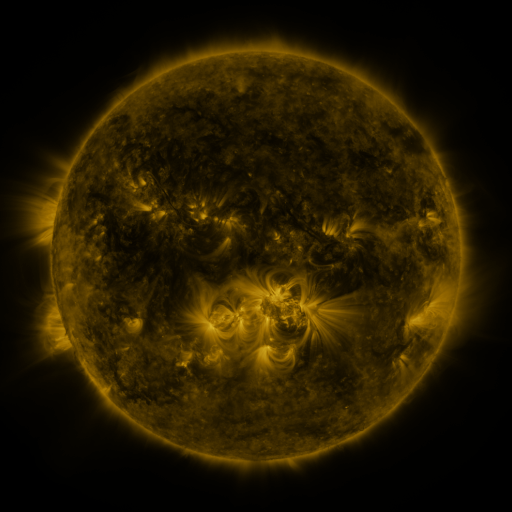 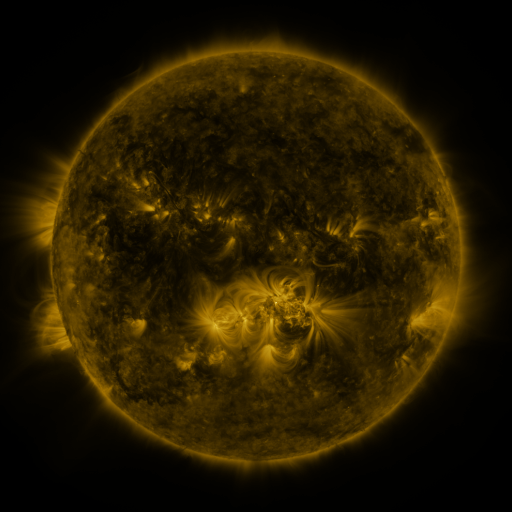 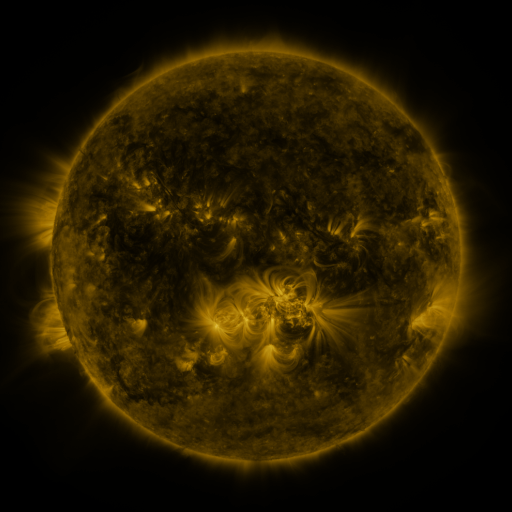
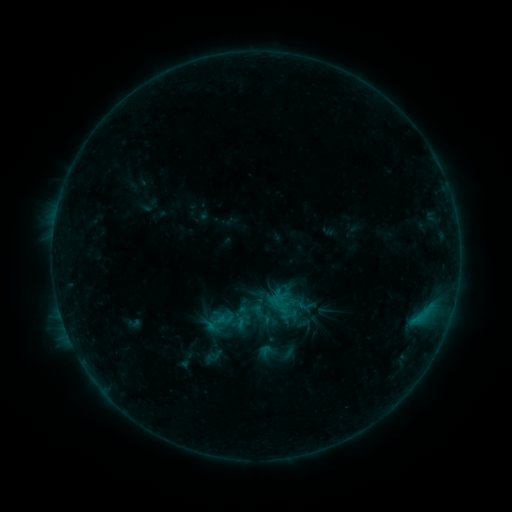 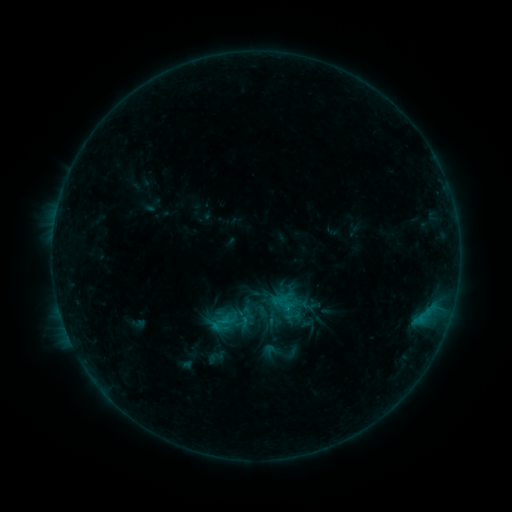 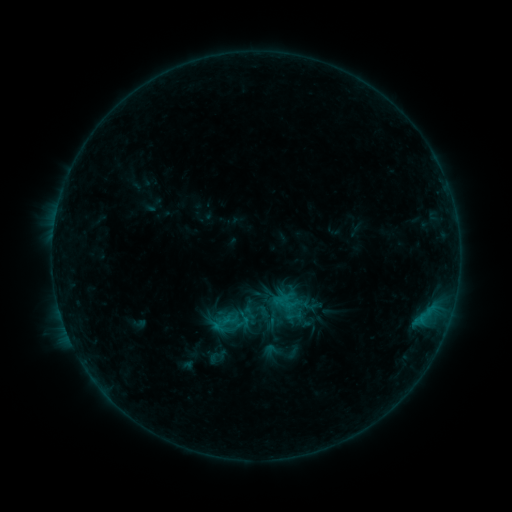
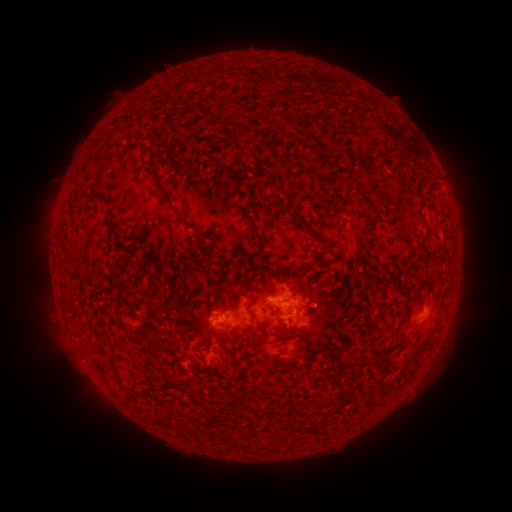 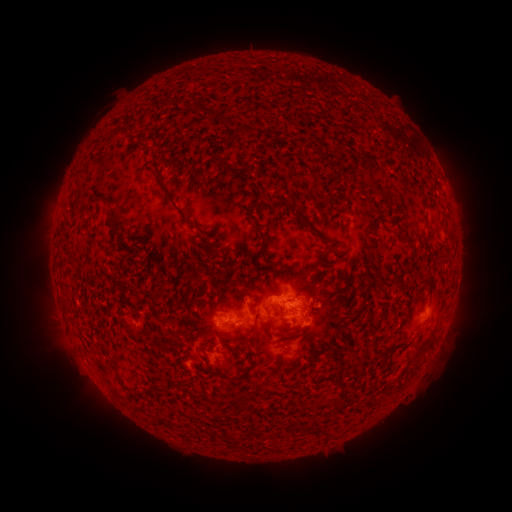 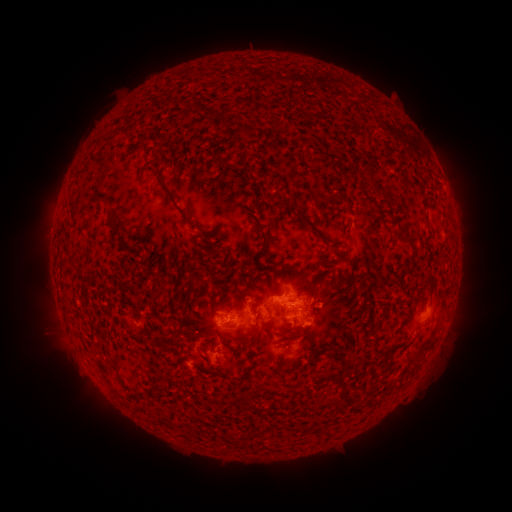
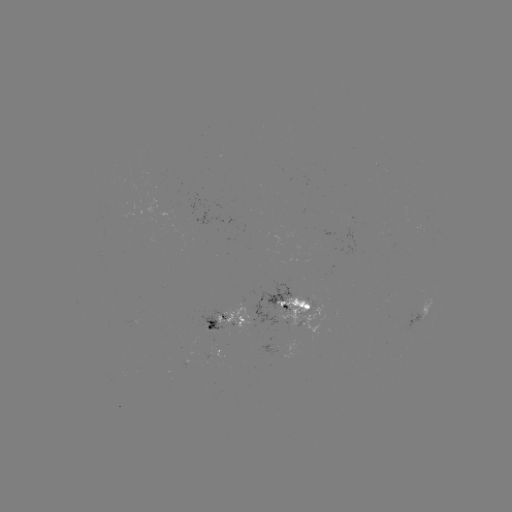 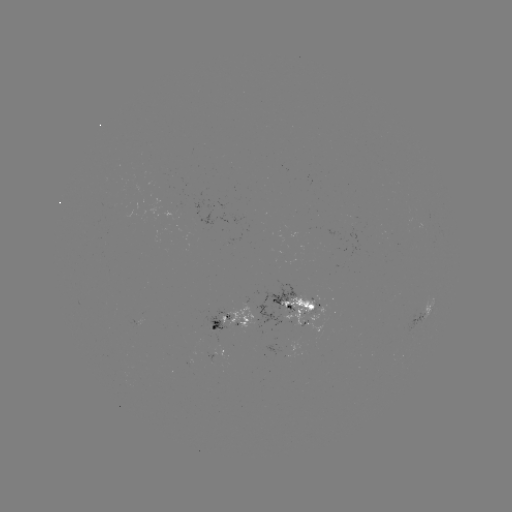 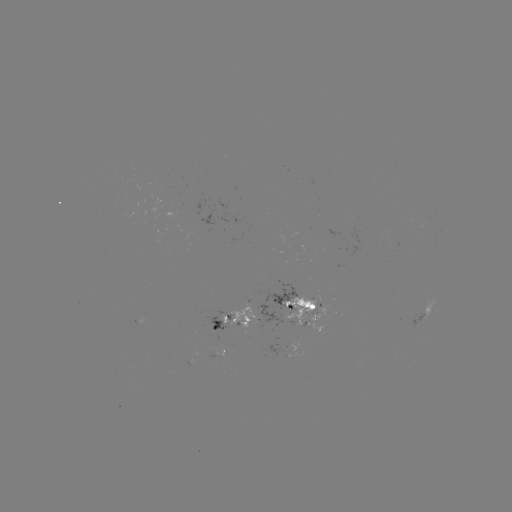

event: emerging-flux region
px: (310, 306)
